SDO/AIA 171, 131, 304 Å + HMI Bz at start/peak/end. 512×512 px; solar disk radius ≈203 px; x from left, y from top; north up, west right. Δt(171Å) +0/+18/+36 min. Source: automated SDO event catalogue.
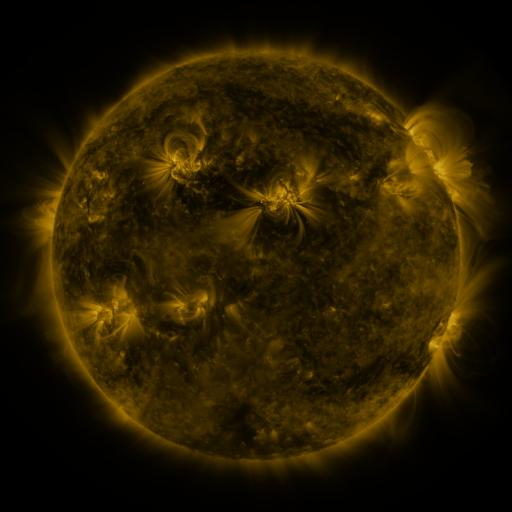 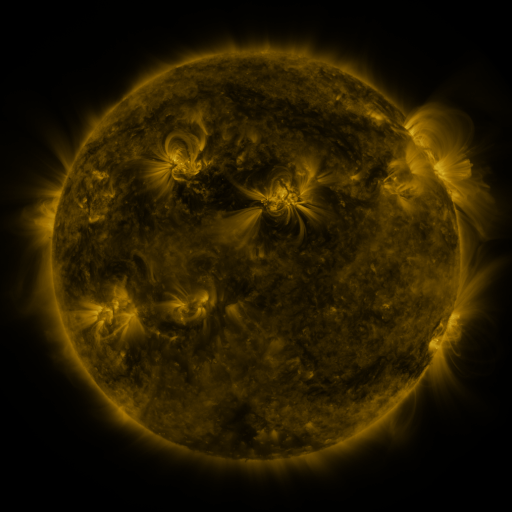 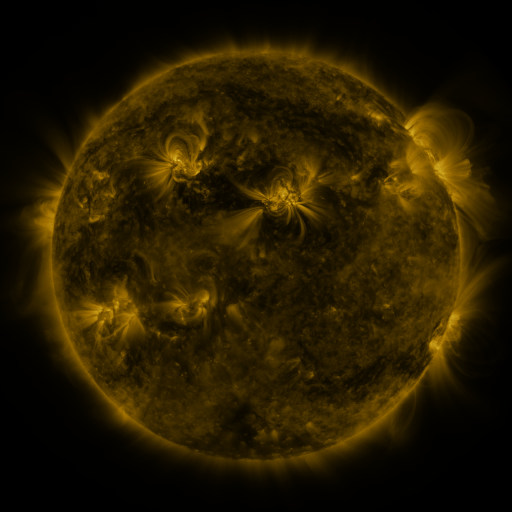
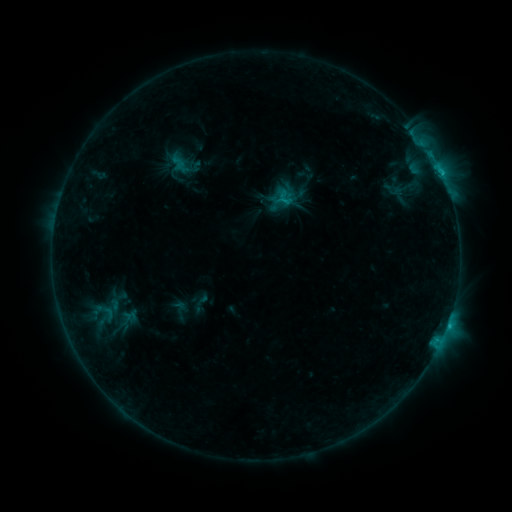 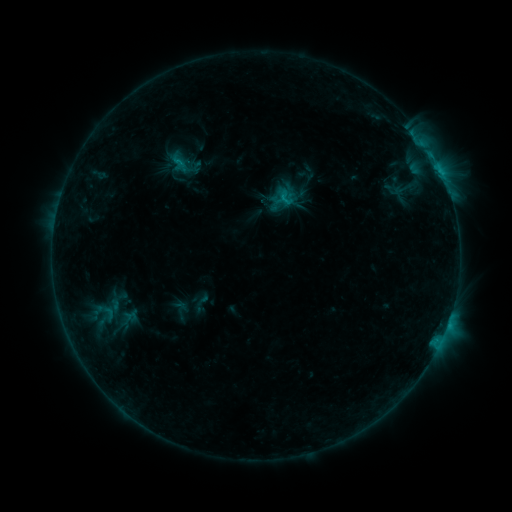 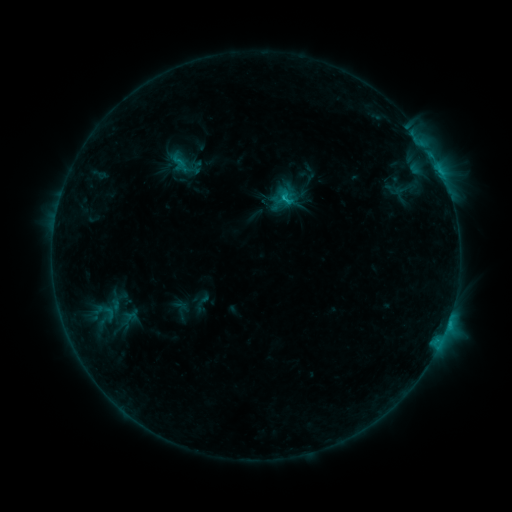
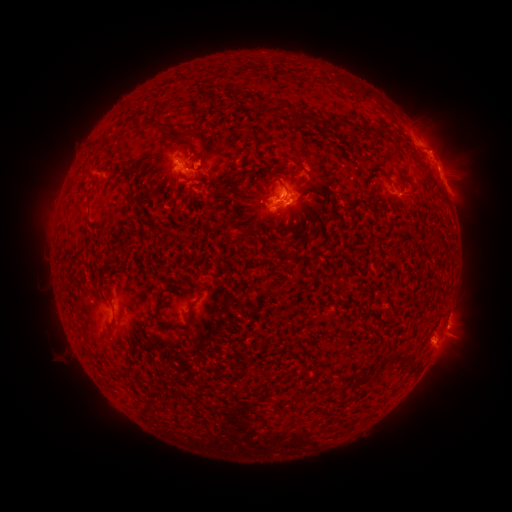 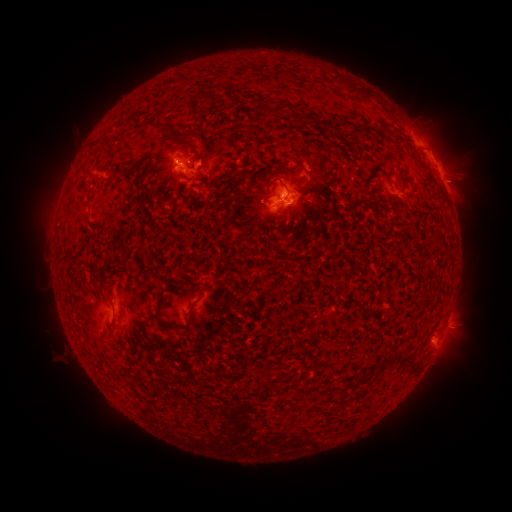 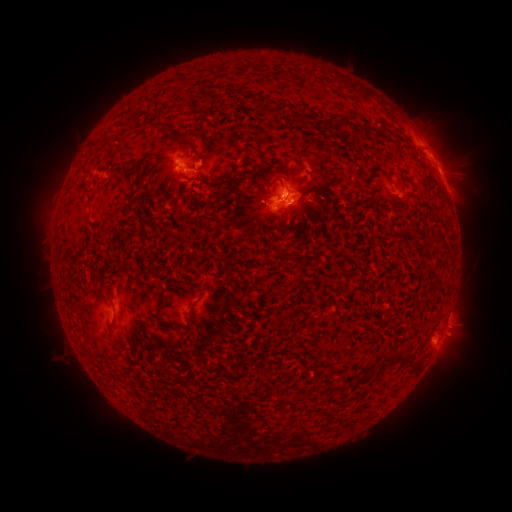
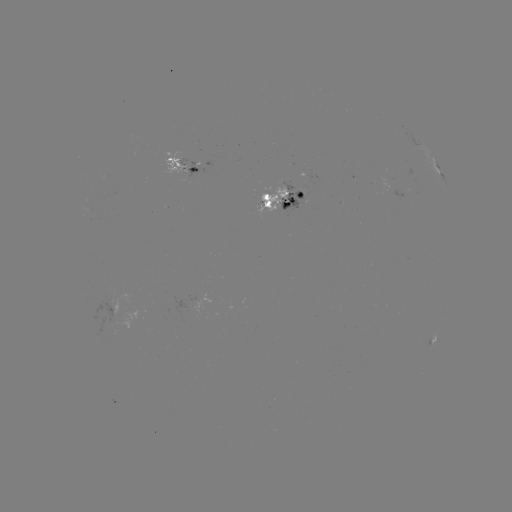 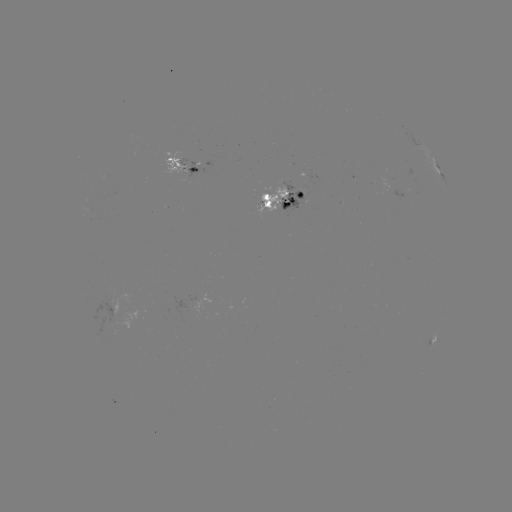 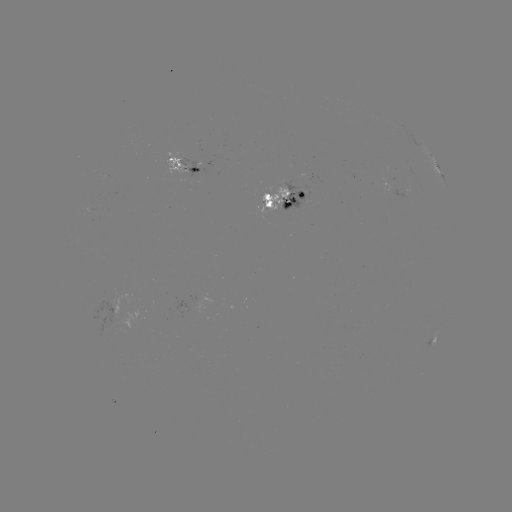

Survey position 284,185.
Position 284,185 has emerging-flux region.